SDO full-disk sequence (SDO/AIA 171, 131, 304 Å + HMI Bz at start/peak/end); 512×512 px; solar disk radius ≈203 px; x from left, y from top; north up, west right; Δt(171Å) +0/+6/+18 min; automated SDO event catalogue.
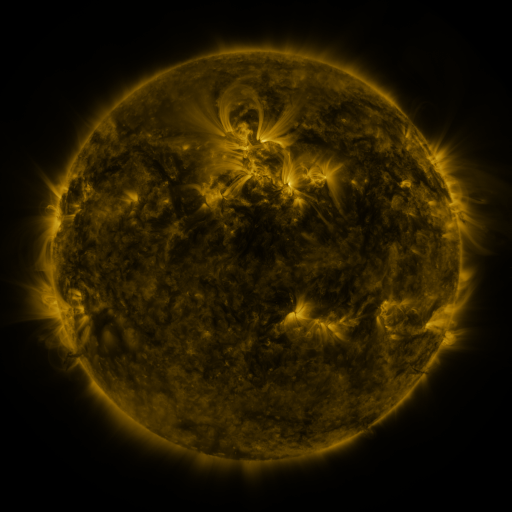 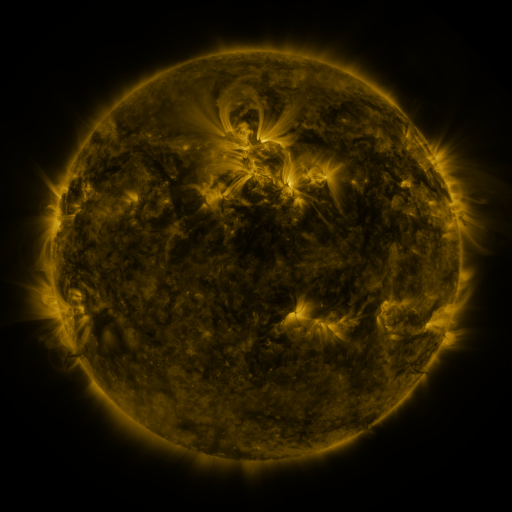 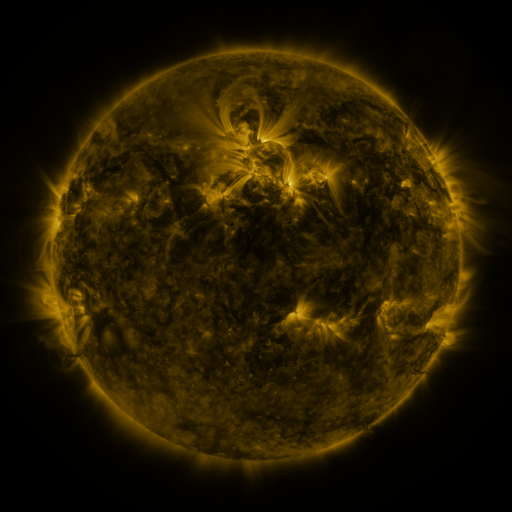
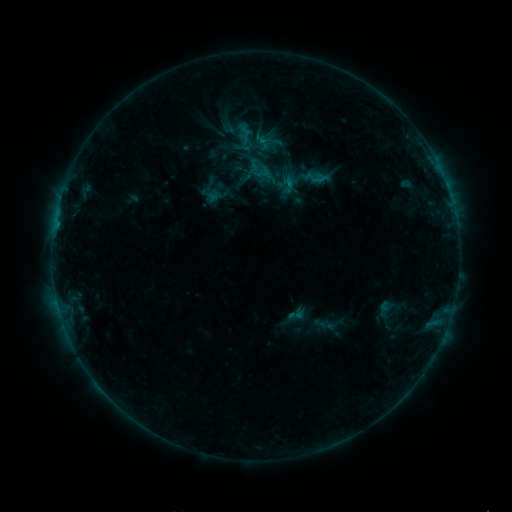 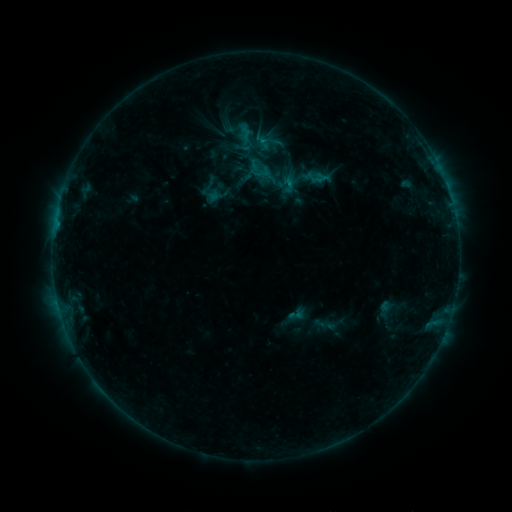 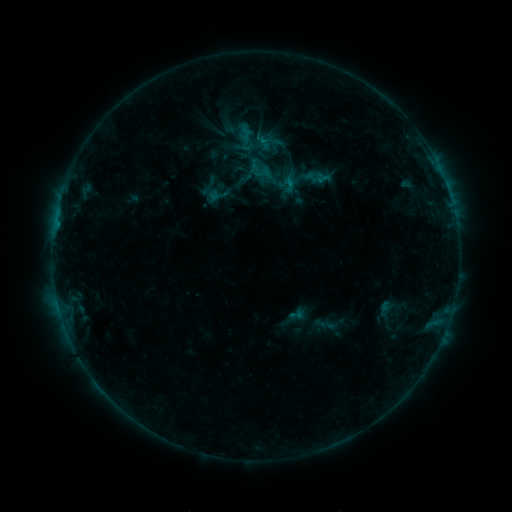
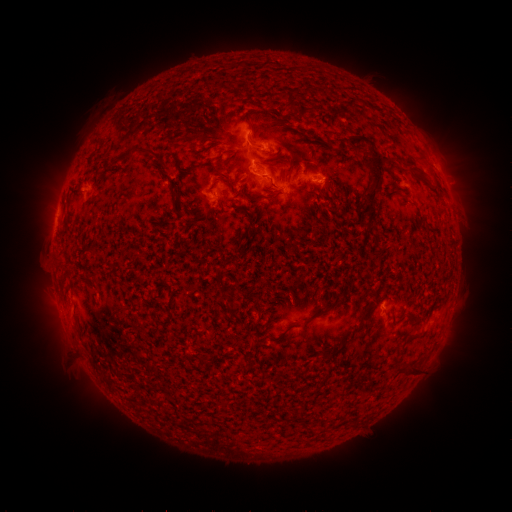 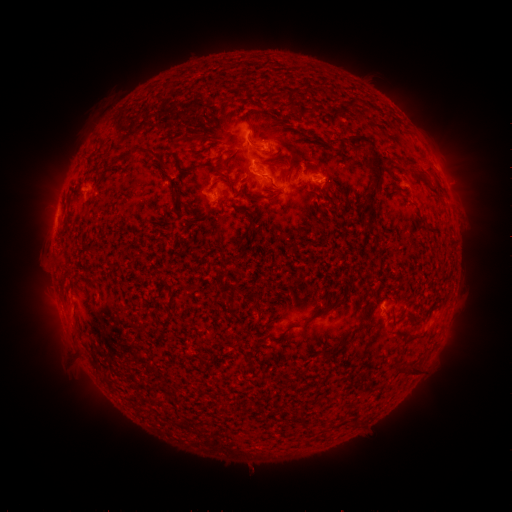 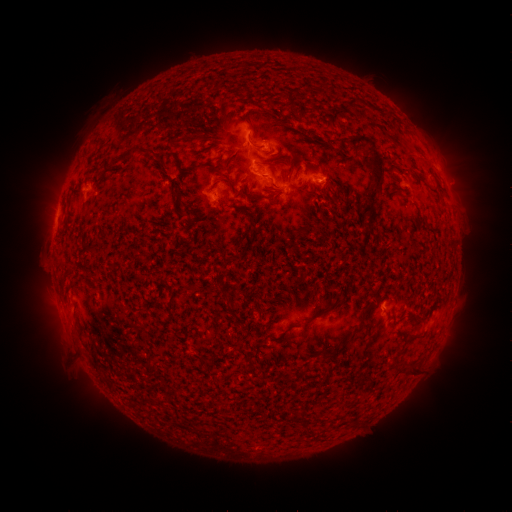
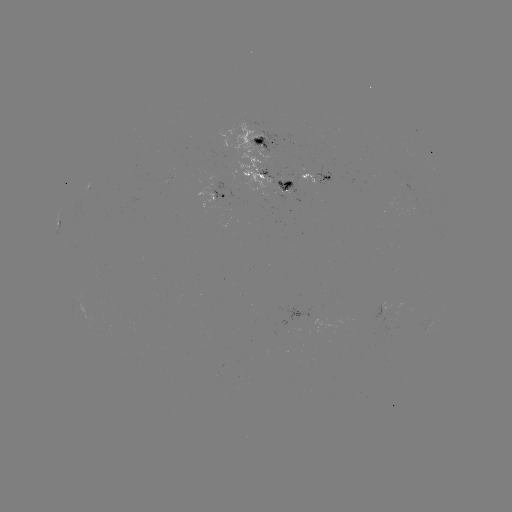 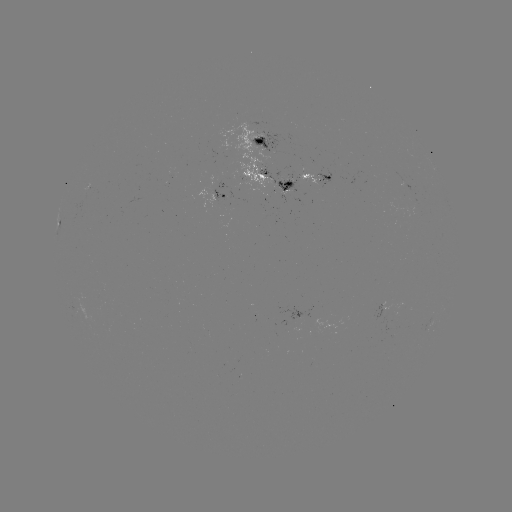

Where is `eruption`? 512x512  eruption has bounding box [404, 135, 451, 196].